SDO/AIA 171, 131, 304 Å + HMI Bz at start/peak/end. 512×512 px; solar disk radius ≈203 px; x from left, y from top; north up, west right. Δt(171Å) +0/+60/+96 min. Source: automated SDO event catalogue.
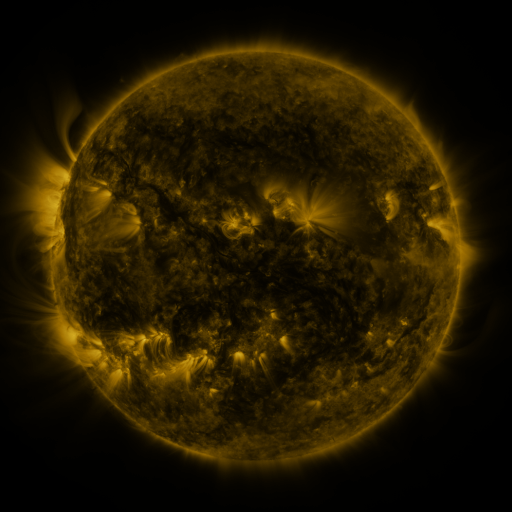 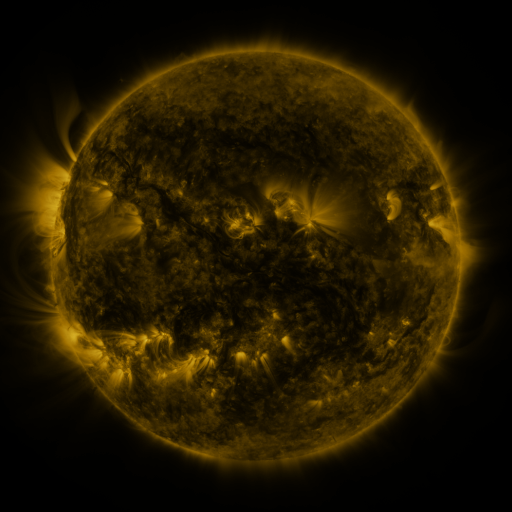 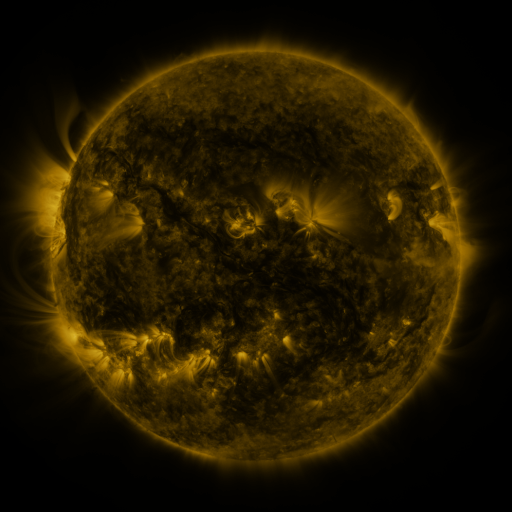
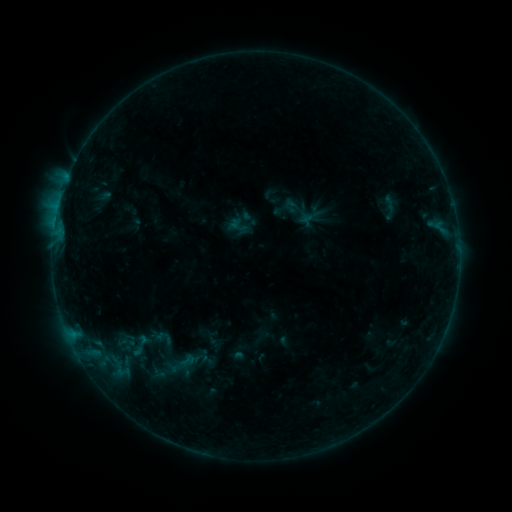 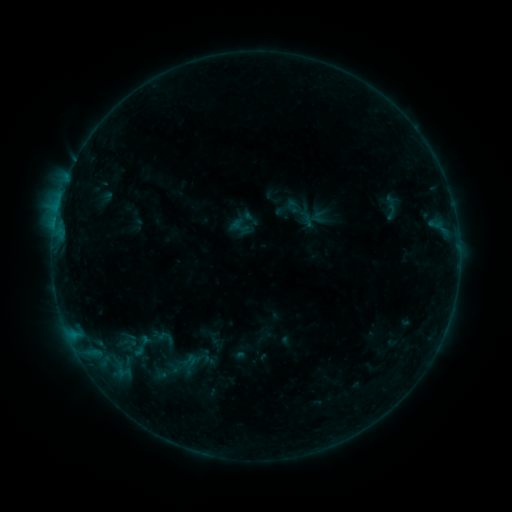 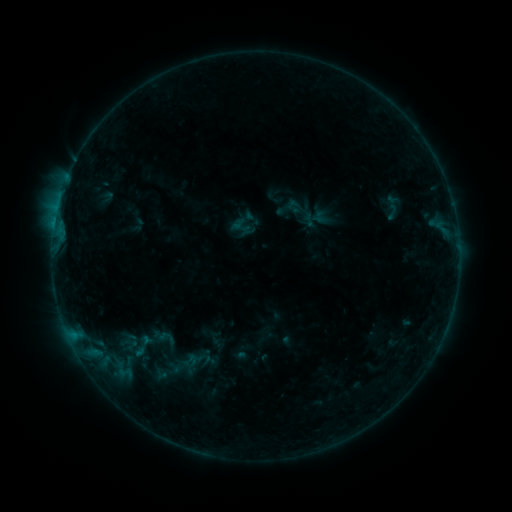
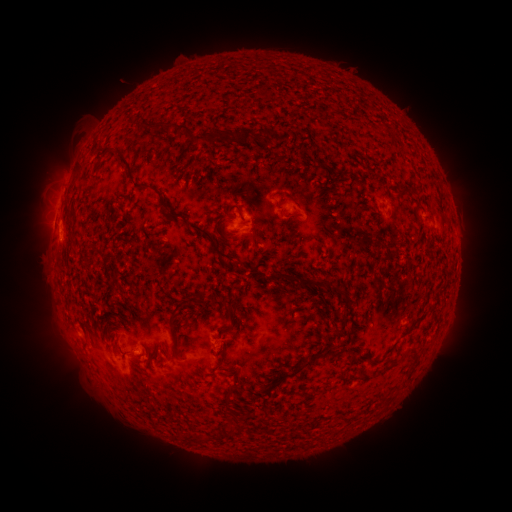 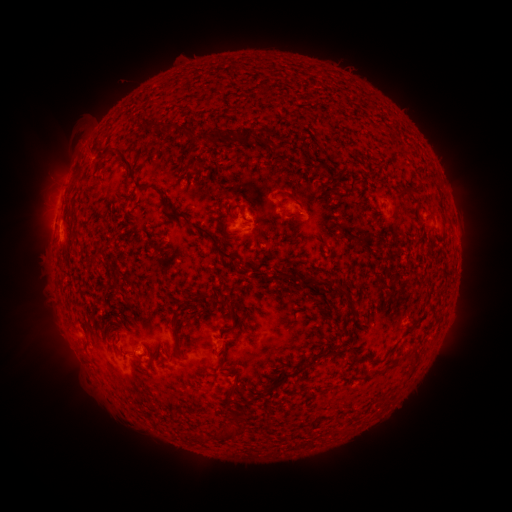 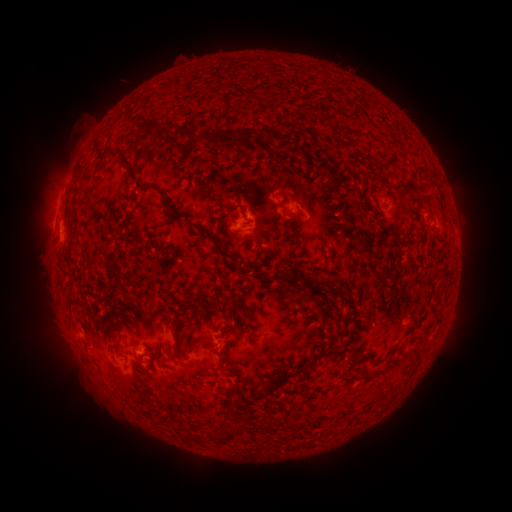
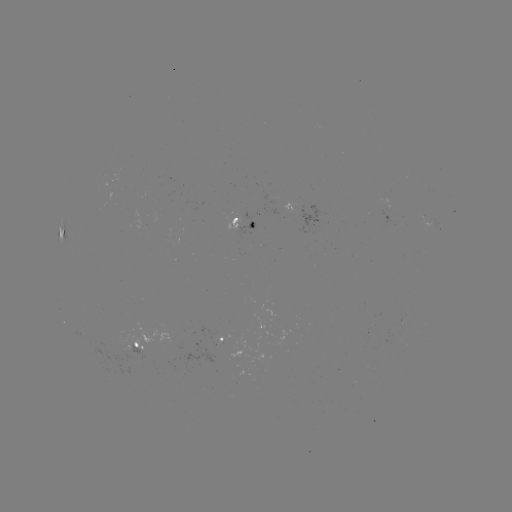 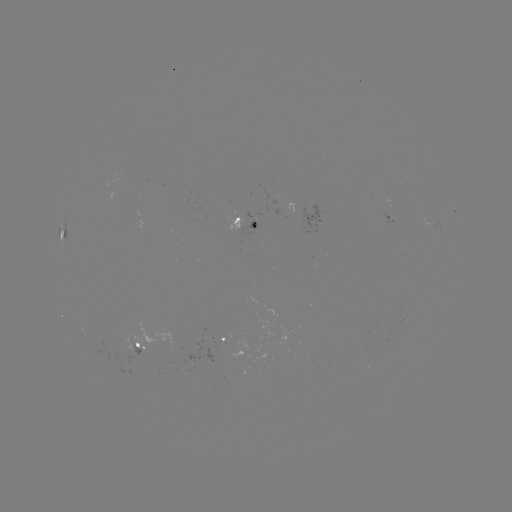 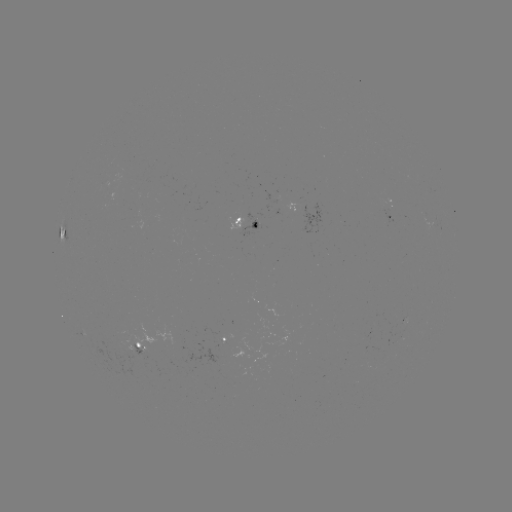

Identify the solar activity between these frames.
emerging-flux region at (370, 328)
